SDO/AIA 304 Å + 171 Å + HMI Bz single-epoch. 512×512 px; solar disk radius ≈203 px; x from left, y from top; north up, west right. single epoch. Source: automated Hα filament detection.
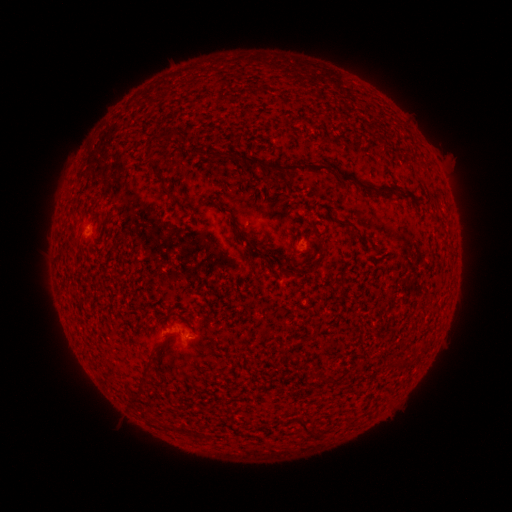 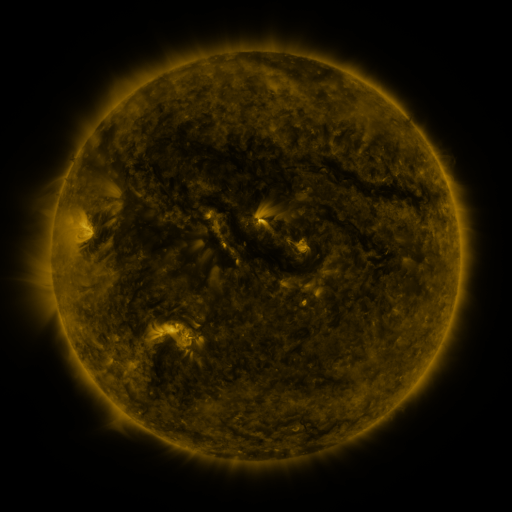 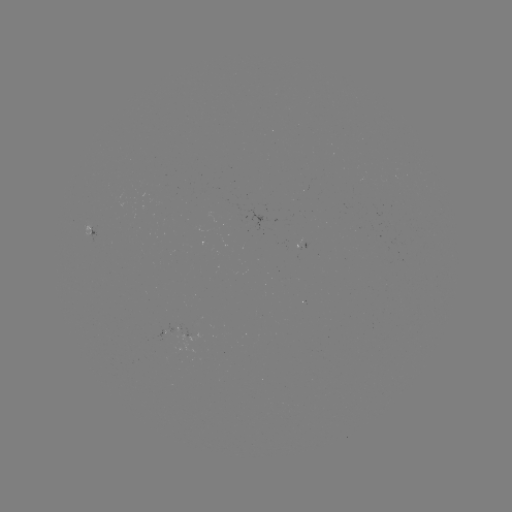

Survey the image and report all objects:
filament: (164, 106, 182, 120)
filament: (161, 129, 174, 139)
filament: (236, 153, 259, 170)
filament: (263, 161, 334, 178)
filament: (335, 171, 397, 194)
filament: (169, 193, 179, 201)
filament: (339, 219, 352, 226)
filament: (103, 258, 116, 286)
filament: (151, 341, 165, 353)
filament: (297, 415, 311, 432)
filament: (177, 426, 196, 437)
